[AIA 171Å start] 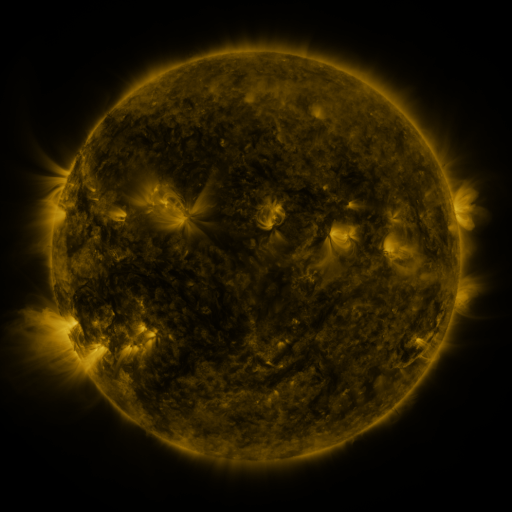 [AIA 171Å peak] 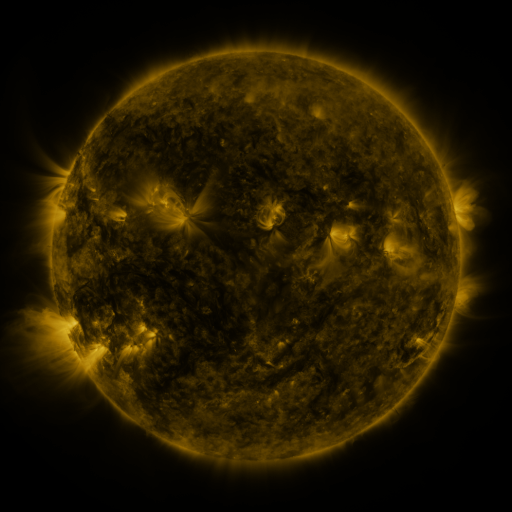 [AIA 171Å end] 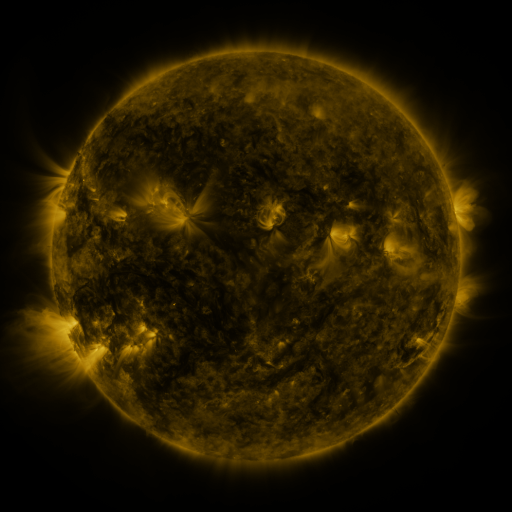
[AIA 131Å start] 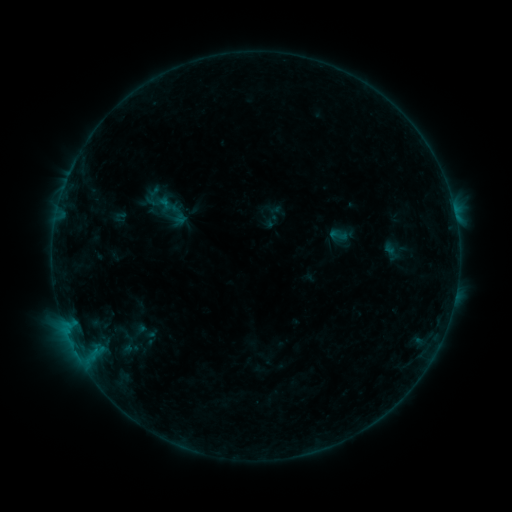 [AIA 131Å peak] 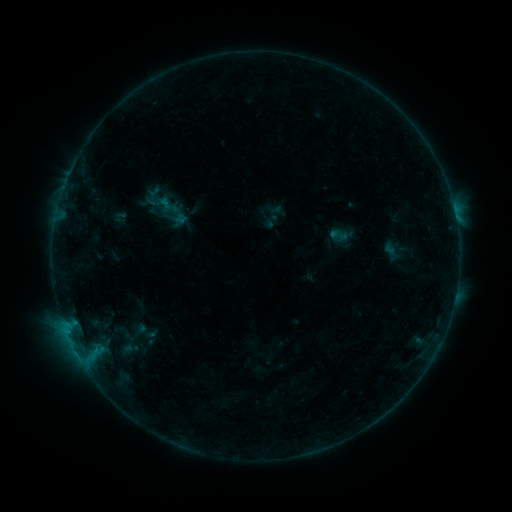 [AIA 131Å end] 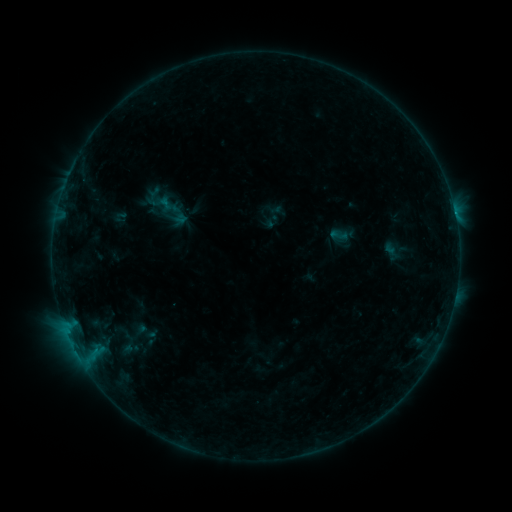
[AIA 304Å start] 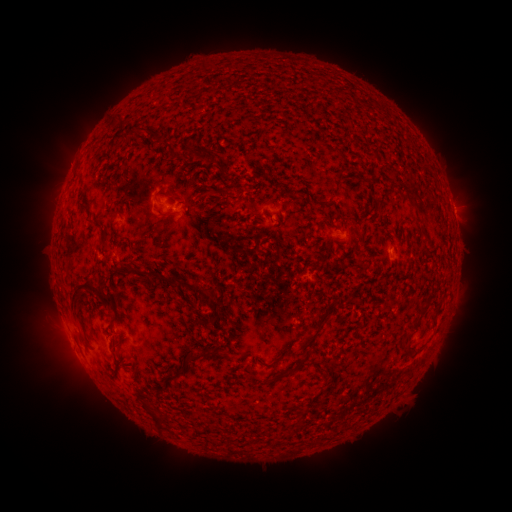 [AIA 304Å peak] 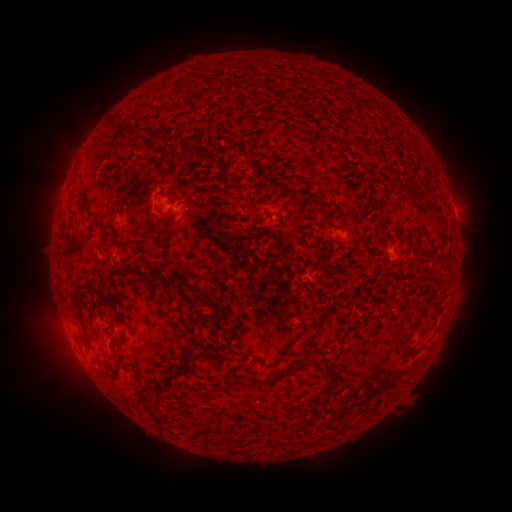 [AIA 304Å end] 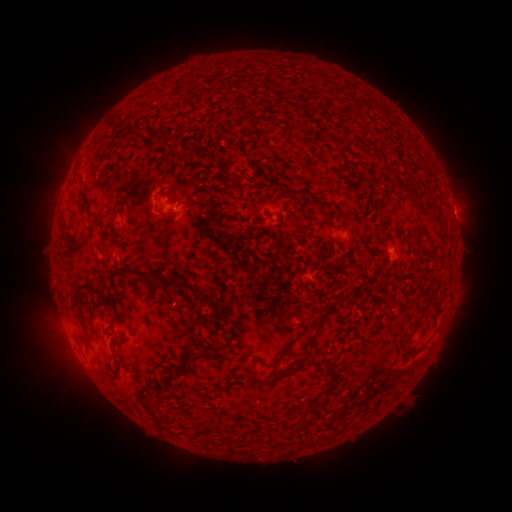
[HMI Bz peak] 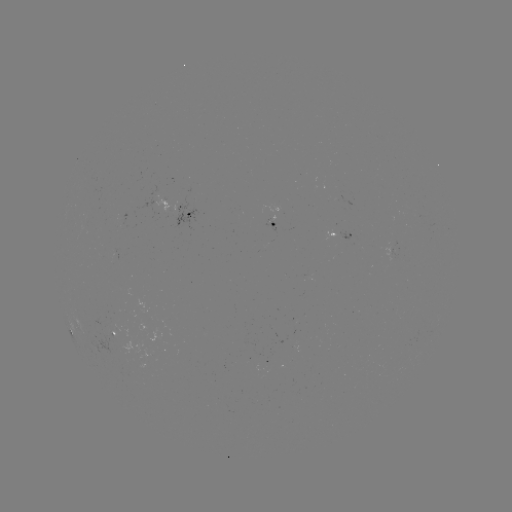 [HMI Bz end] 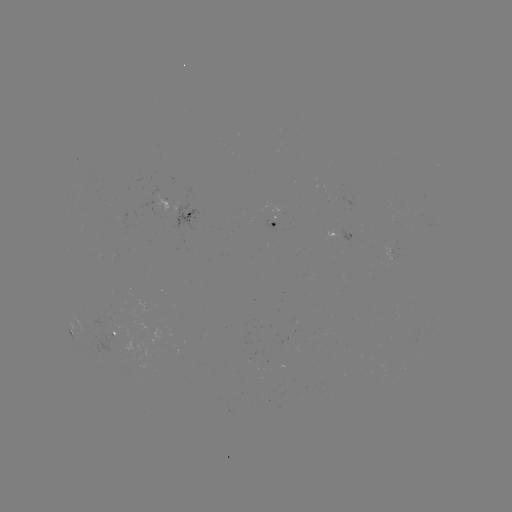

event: flare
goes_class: B3.1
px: (93, 354)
